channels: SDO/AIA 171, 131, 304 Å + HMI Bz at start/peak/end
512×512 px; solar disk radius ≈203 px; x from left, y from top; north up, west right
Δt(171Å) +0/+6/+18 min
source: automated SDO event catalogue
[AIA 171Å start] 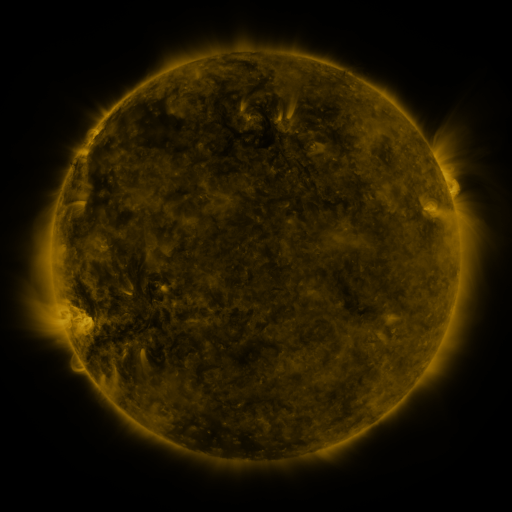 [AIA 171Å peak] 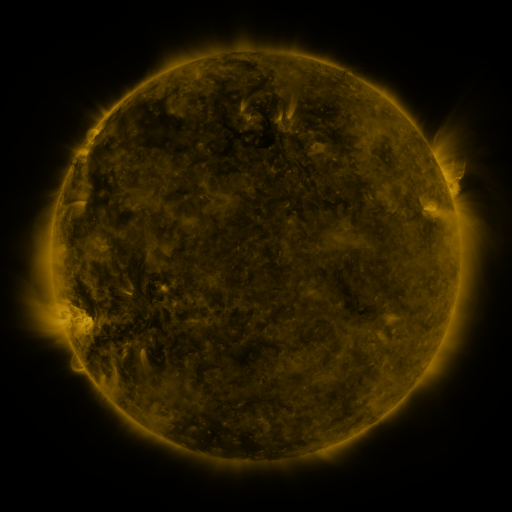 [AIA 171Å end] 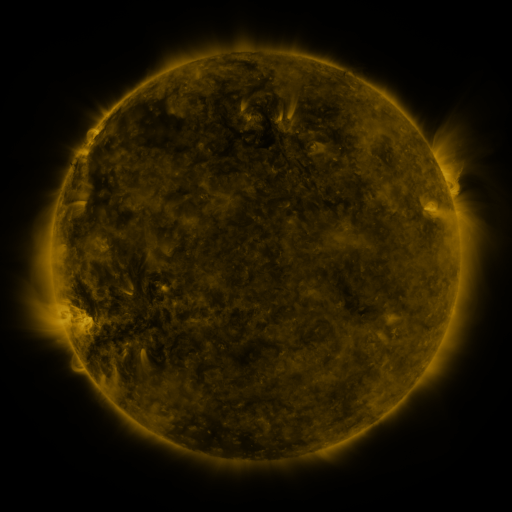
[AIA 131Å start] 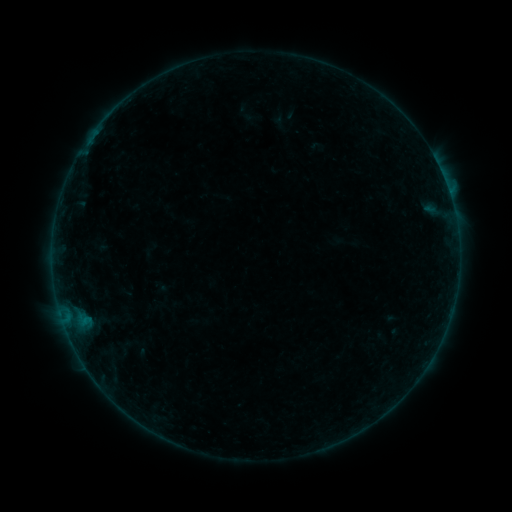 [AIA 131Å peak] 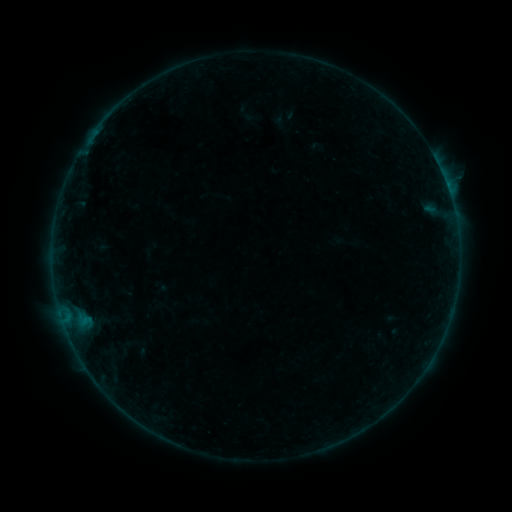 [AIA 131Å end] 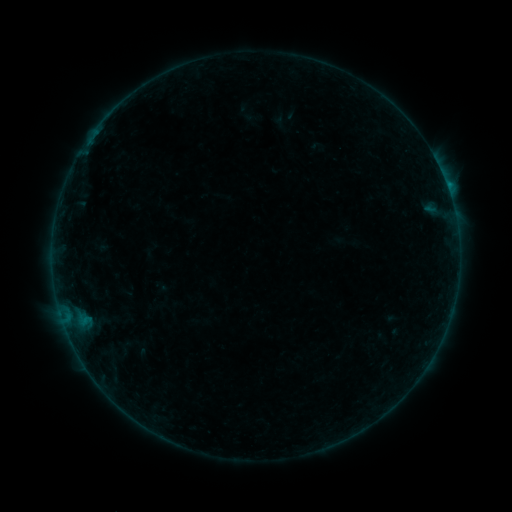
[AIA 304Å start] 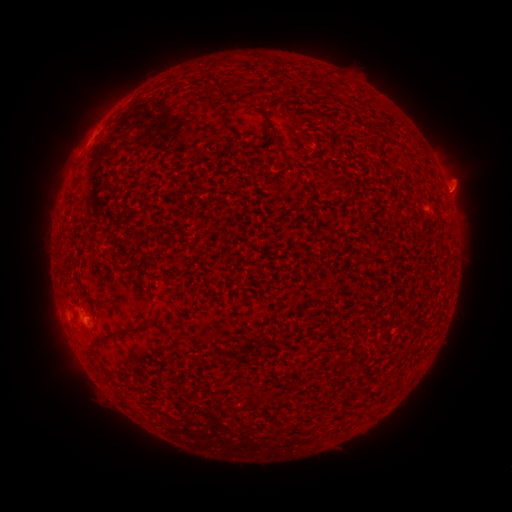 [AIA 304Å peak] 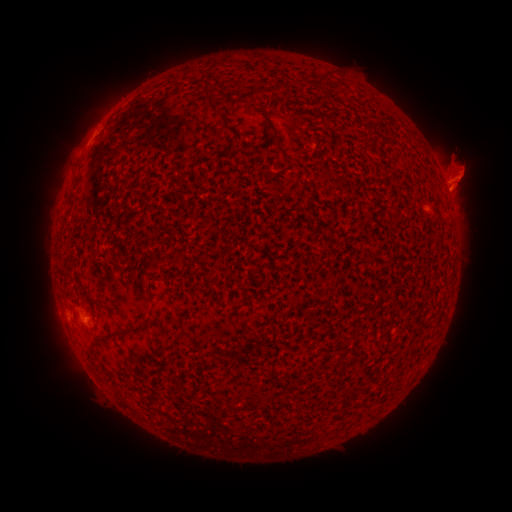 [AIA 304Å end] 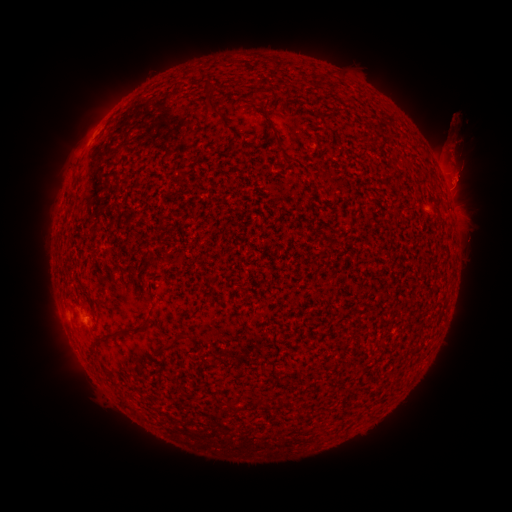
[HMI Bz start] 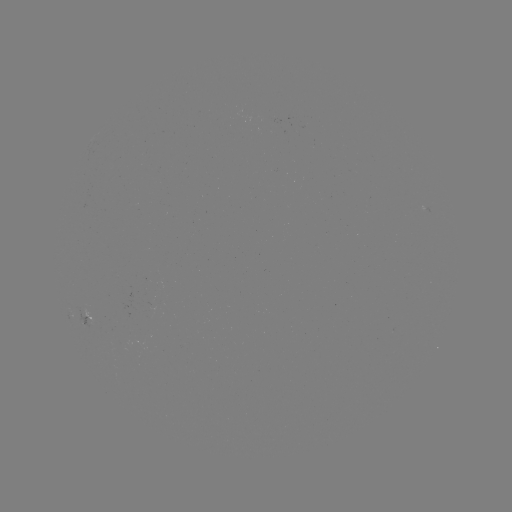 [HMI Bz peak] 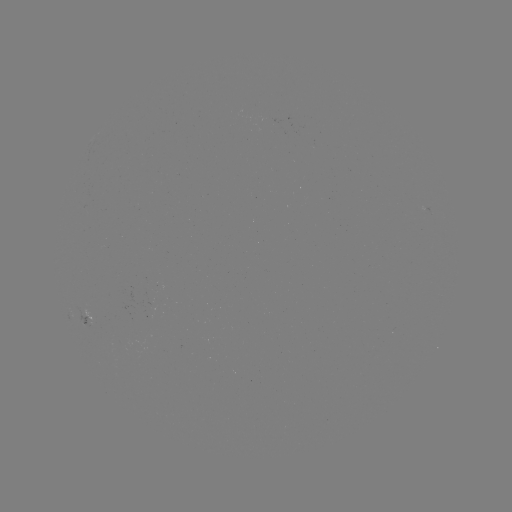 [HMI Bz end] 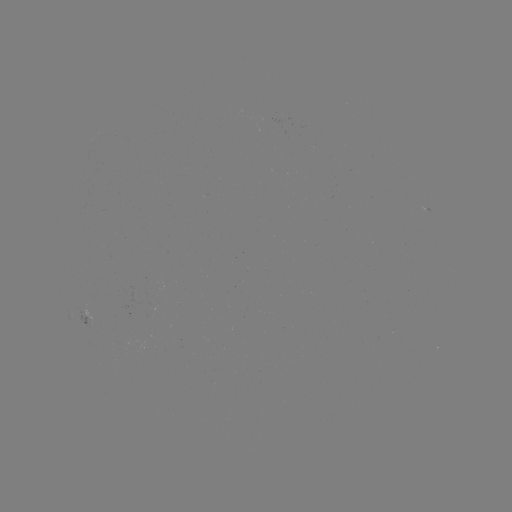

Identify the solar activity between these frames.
eruption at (32, 170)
